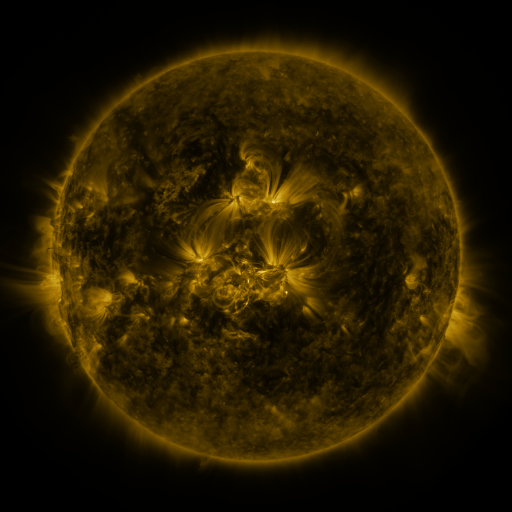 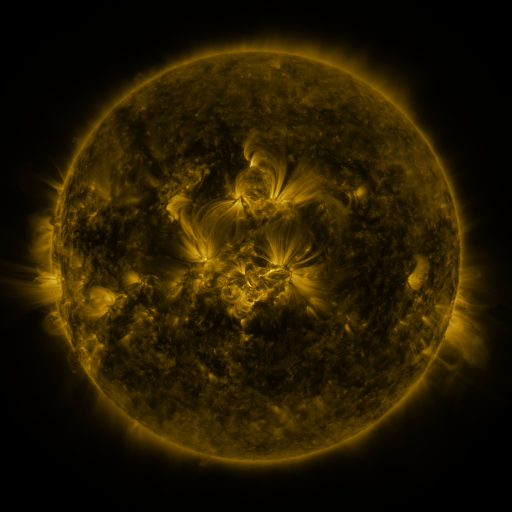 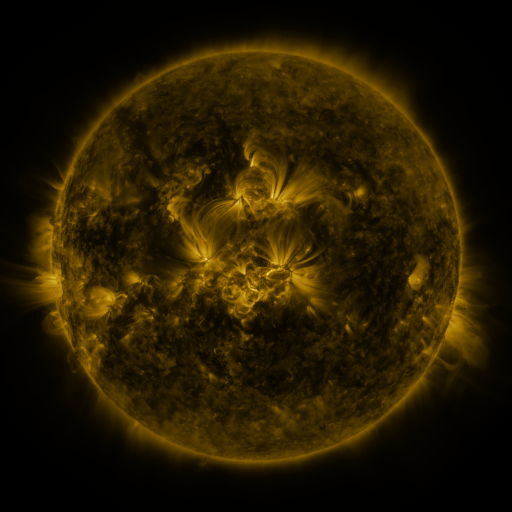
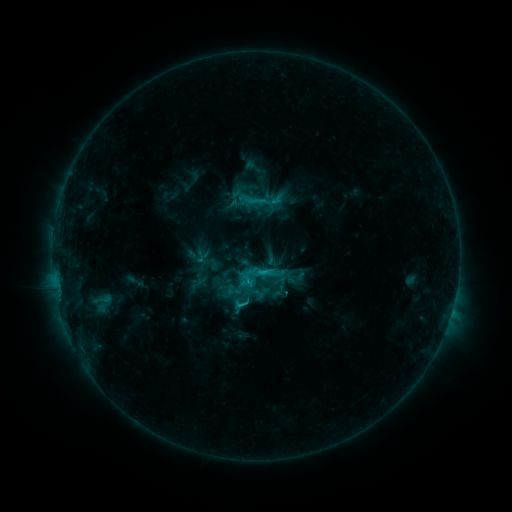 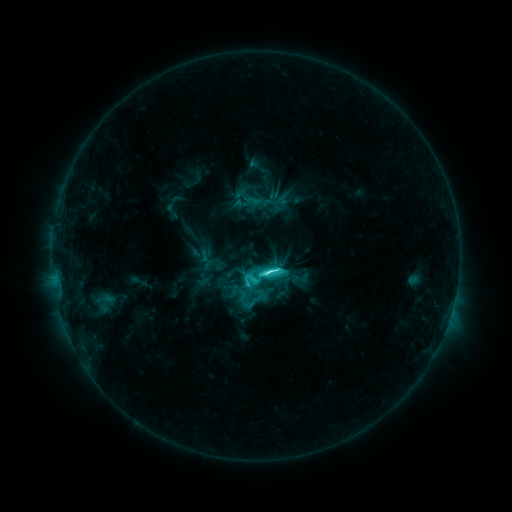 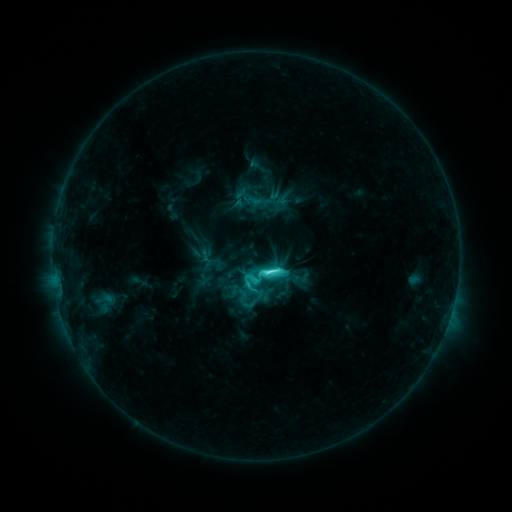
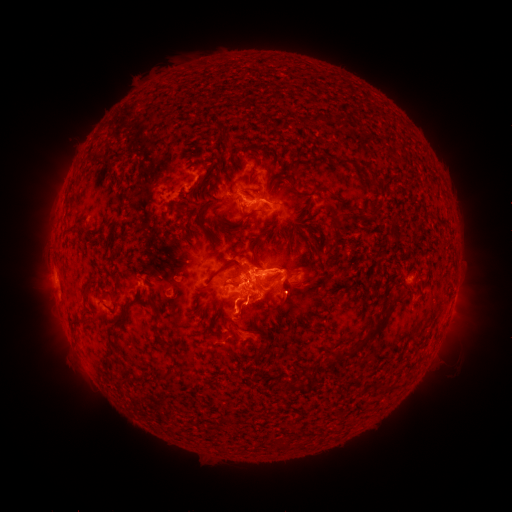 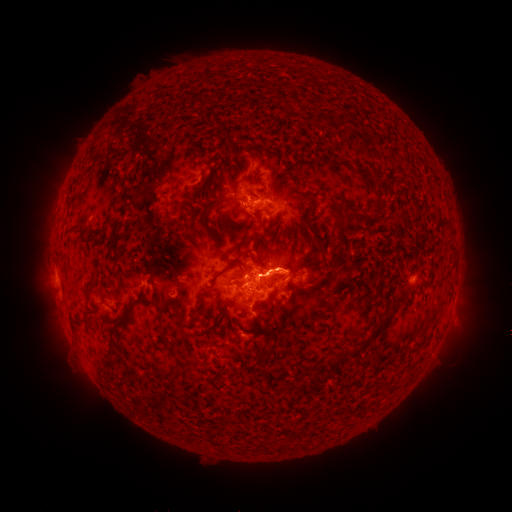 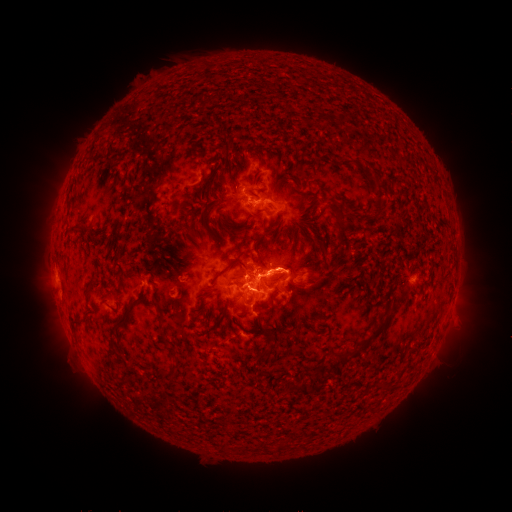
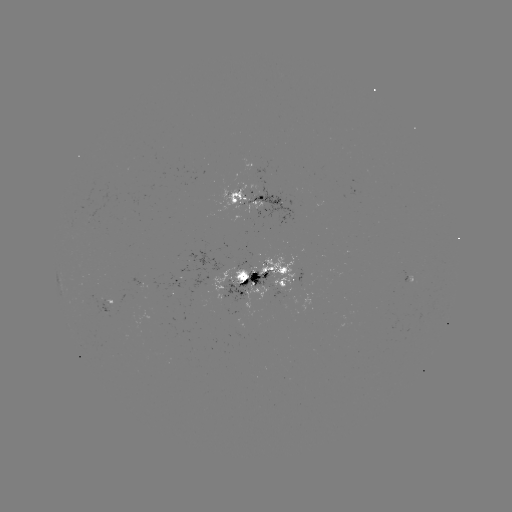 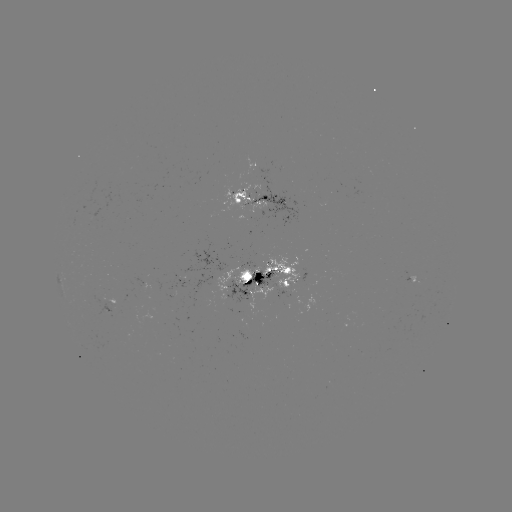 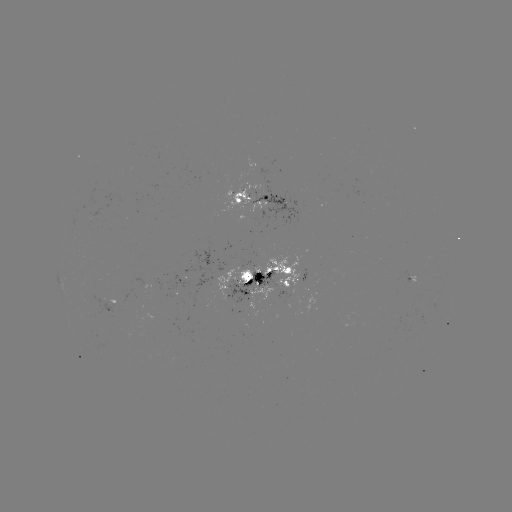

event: emerging-flux region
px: (267, 199)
